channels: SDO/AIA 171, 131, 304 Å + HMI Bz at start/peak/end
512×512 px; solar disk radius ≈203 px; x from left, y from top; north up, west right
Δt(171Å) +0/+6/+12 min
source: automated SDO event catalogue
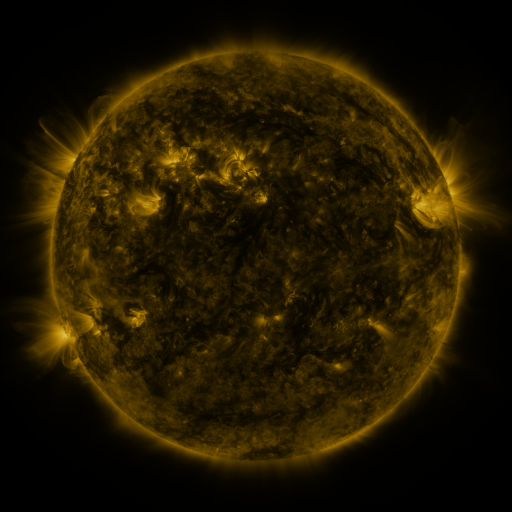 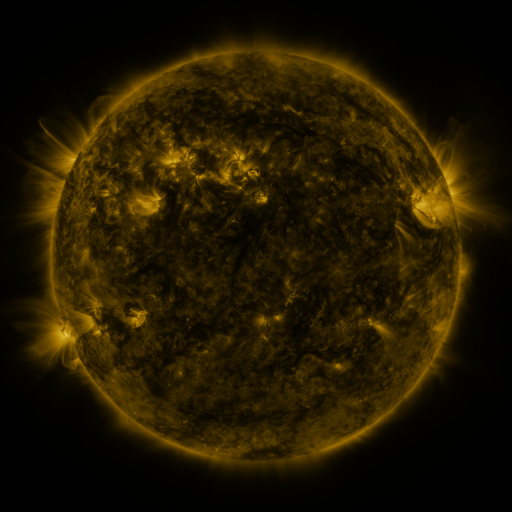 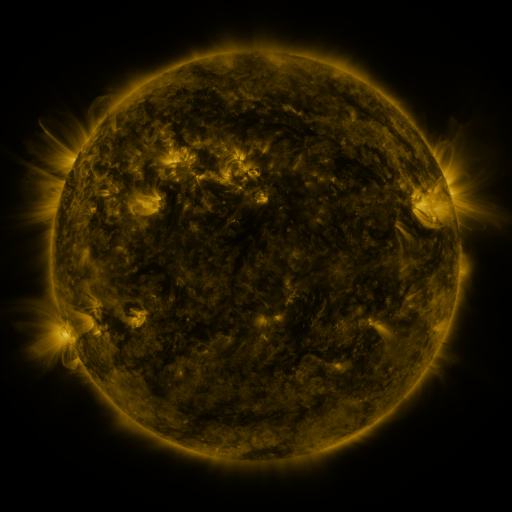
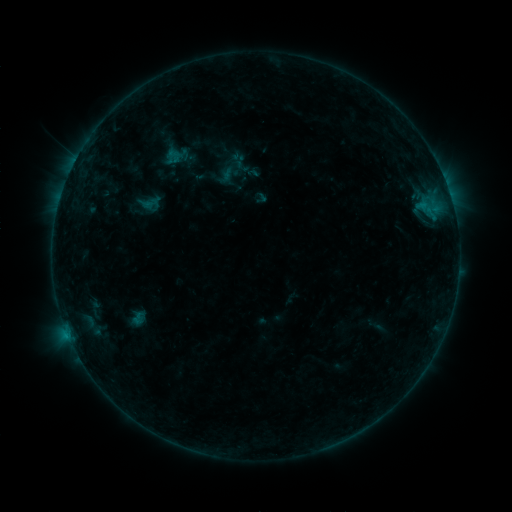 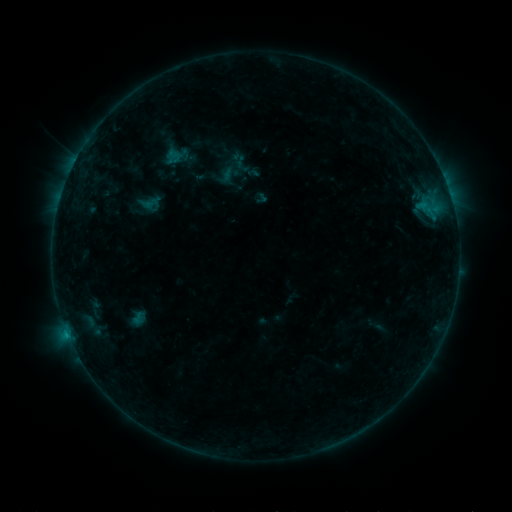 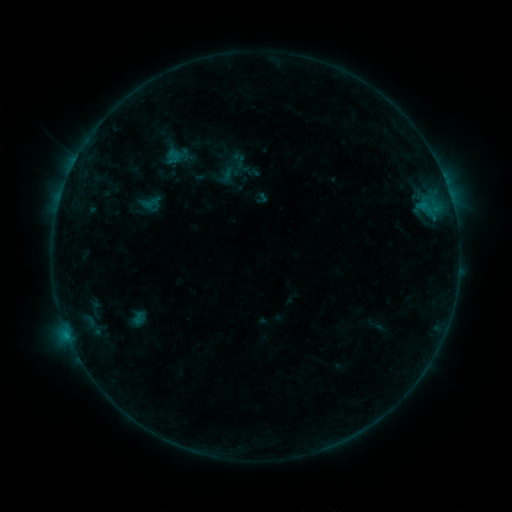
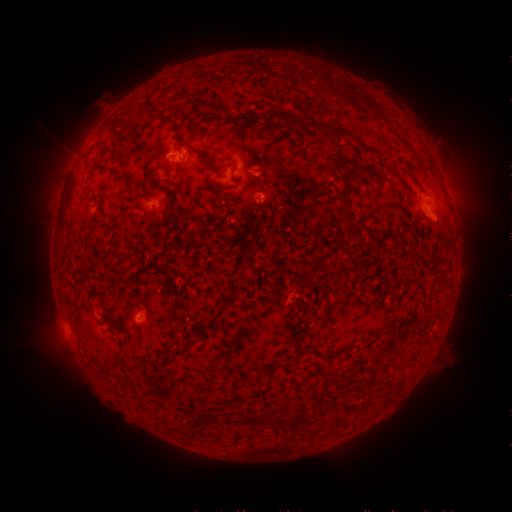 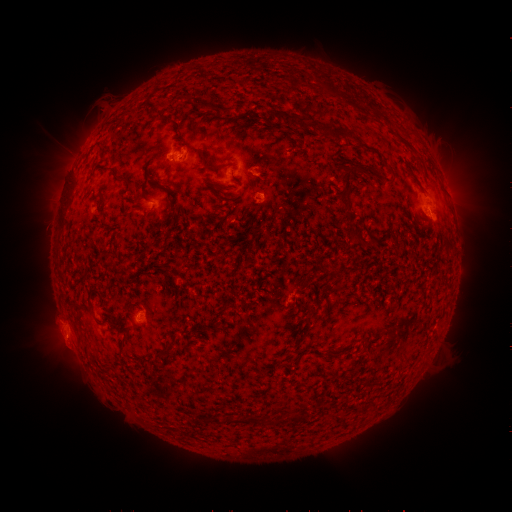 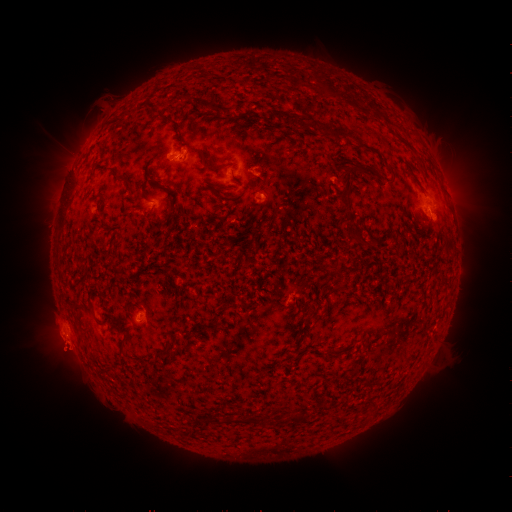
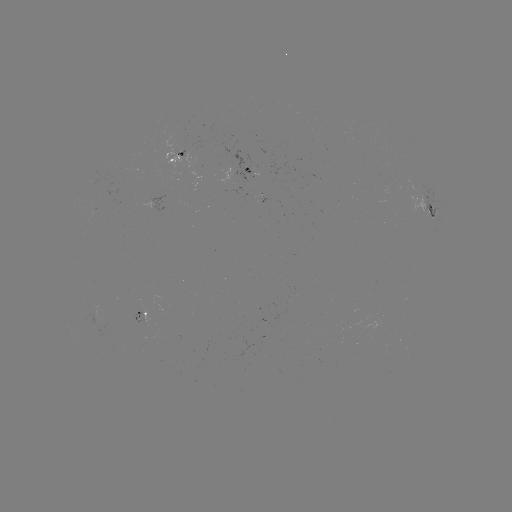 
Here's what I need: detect eruption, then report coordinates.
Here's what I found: eruption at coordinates (63, 344).